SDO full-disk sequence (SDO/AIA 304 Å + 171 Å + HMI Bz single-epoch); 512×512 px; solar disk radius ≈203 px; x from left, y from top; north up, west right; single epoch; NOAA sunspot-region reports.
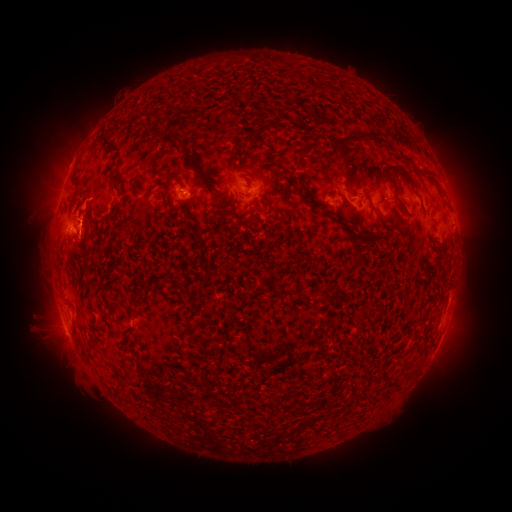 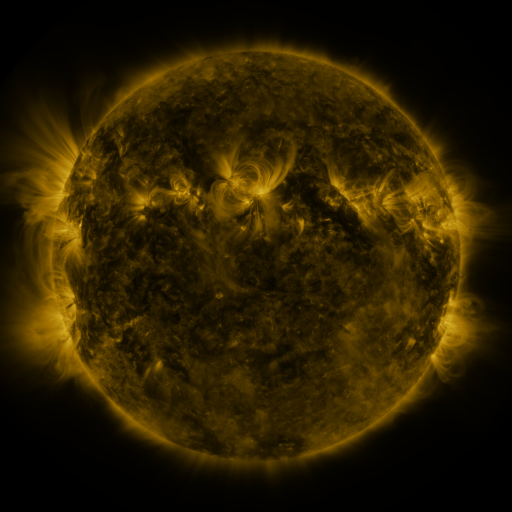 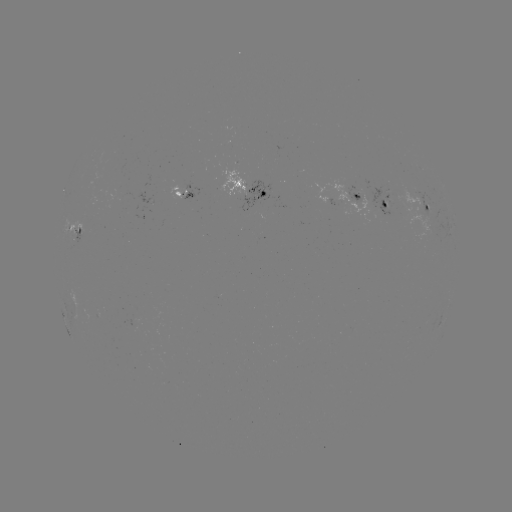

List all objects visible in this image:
spotted active region: (256, 190)
spotted active region: (186, 196)
spotted active region: (359, 199)
spotted active region: (376, 202)
spotted active region: (427, 208)
spotted active region: (80, 233)
